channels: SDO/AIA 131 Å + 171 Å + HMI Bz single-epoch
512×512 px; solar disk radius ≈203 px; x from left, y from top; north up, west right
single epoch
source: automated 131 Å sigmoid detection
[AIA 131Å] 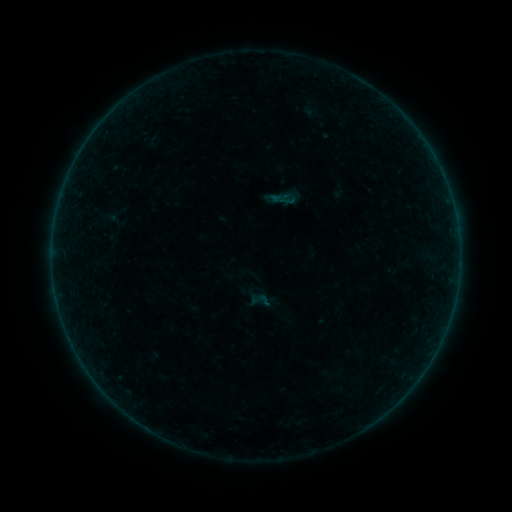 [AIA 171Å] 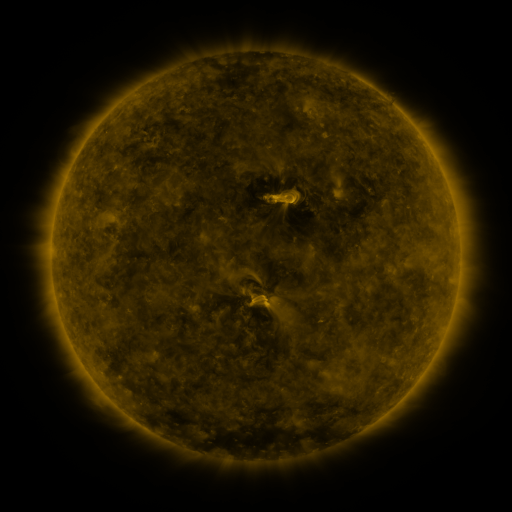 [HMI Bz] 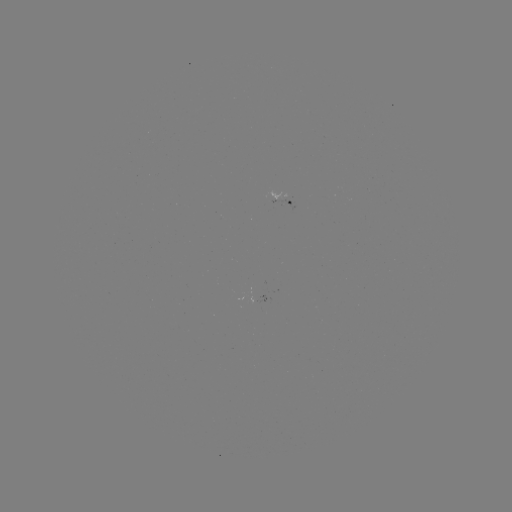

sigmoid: (249, 289, 270, 310)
